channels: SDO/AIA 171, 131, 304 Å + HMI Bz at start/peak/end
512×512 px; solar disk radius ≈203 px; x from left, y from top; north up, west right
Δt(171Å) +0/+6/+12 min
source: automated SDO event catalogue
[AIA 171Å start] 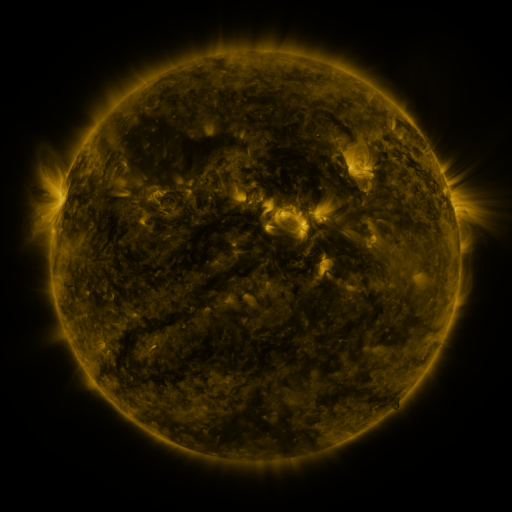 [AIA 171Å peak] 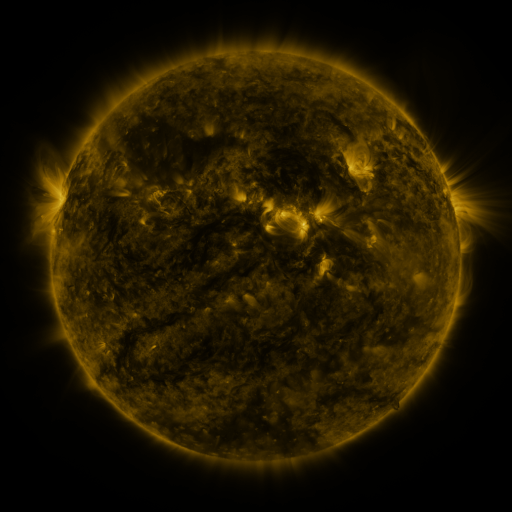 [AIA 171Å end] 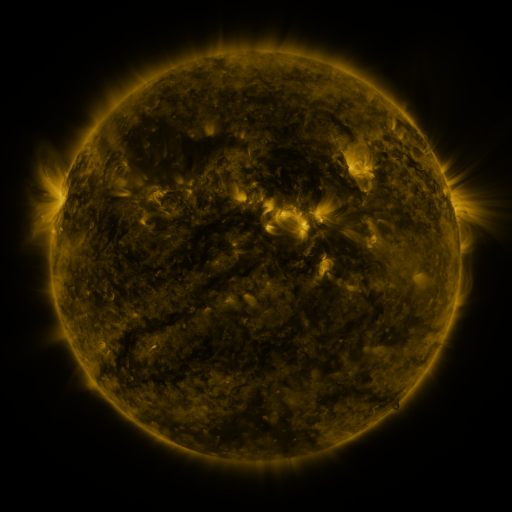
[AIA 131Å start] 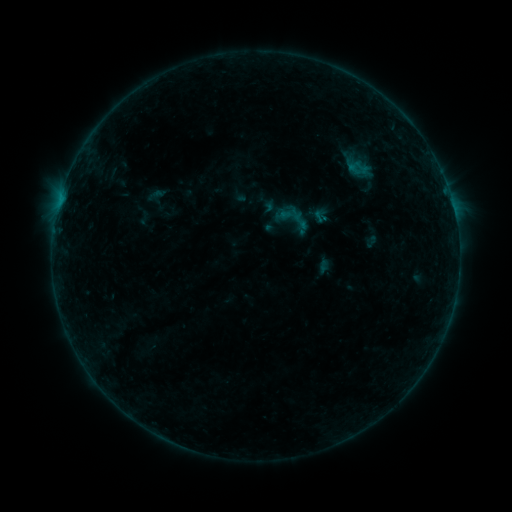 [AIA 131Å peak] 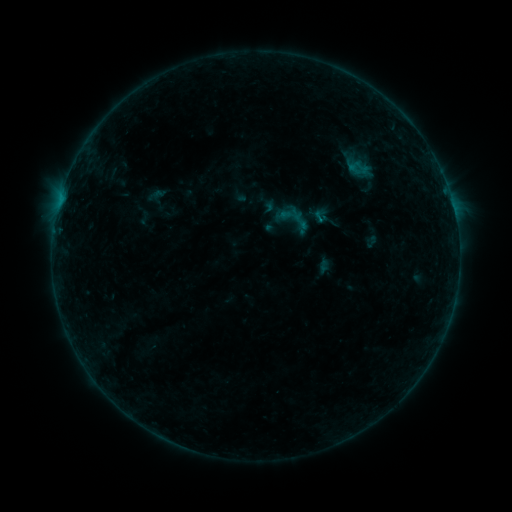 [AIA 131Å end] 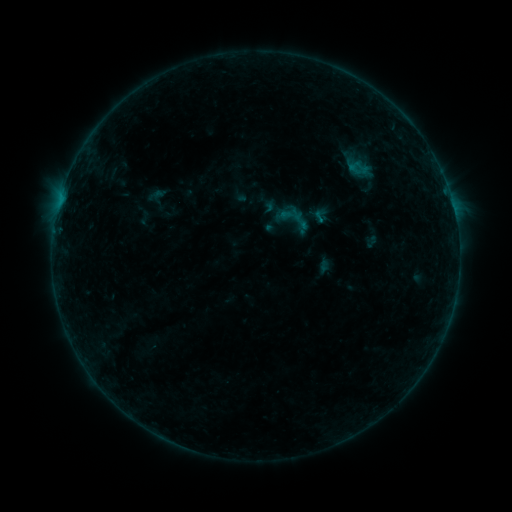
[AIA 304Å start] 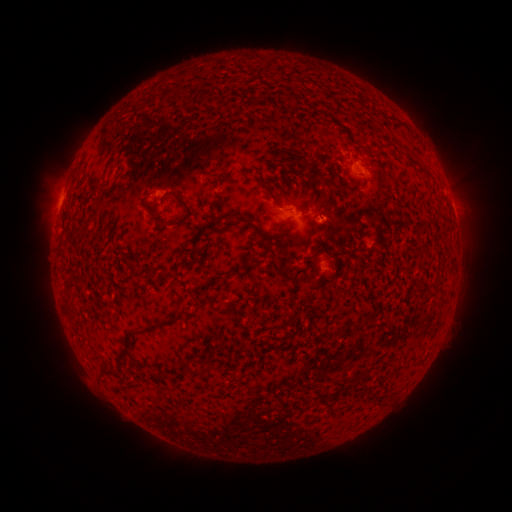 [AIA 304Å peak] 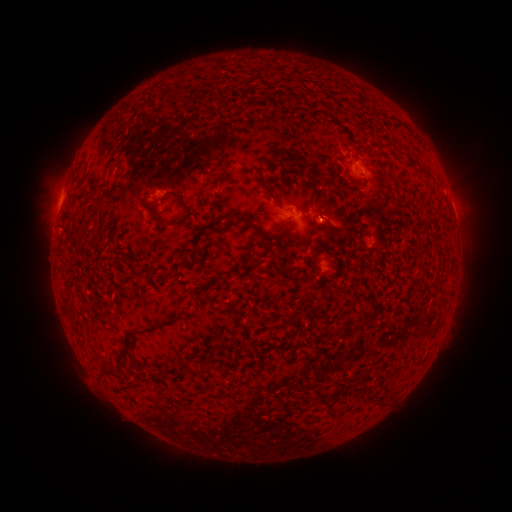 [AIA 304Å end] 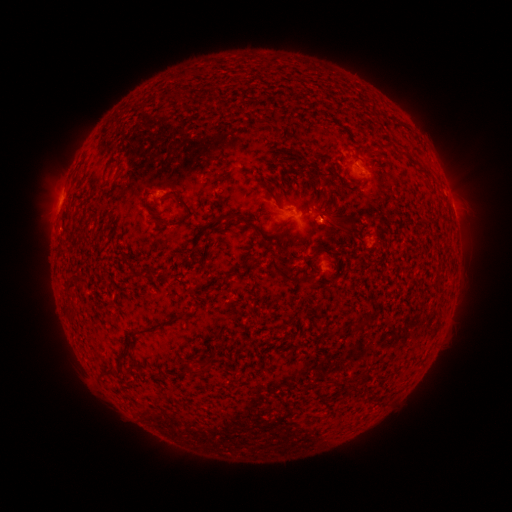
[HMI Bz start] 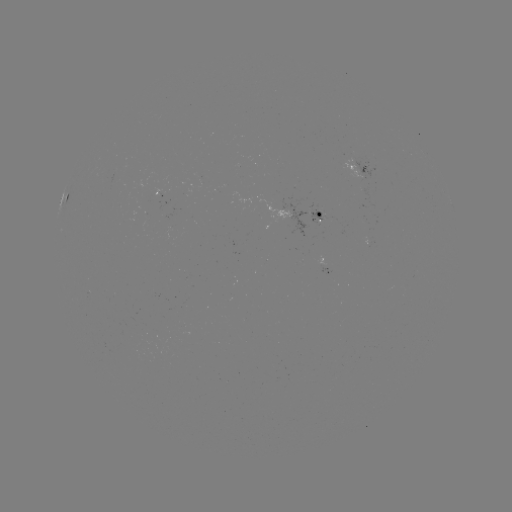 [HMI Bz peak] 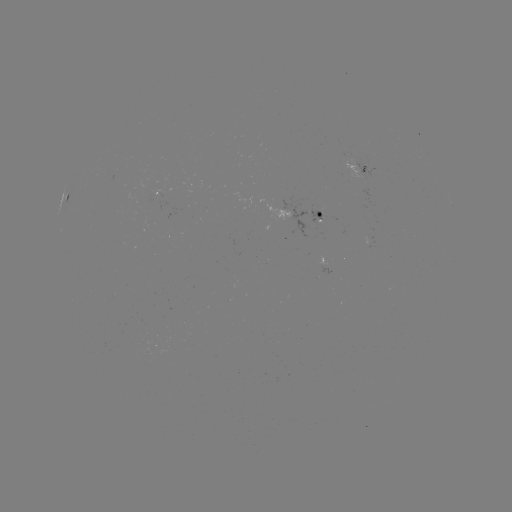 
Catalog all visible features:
B4.3 flare: (318, 221)
